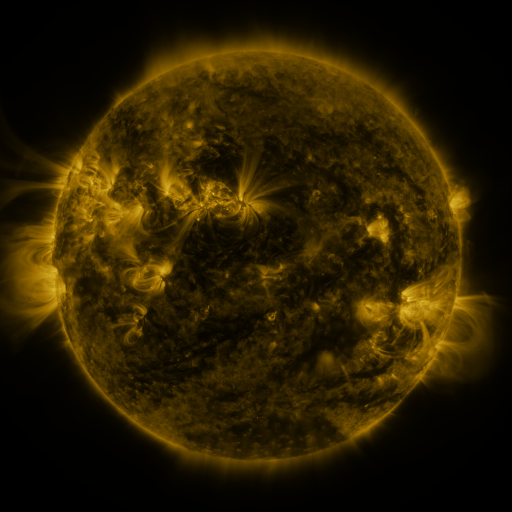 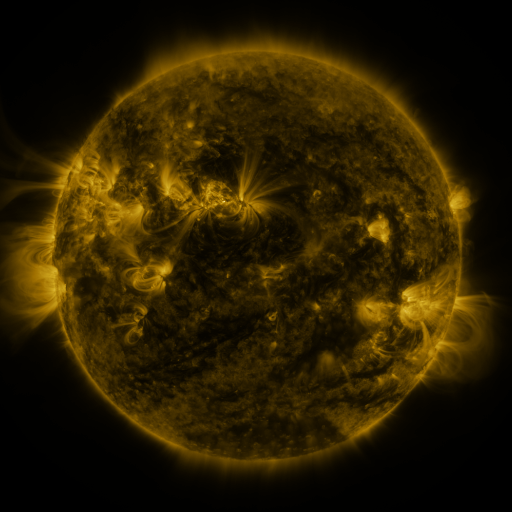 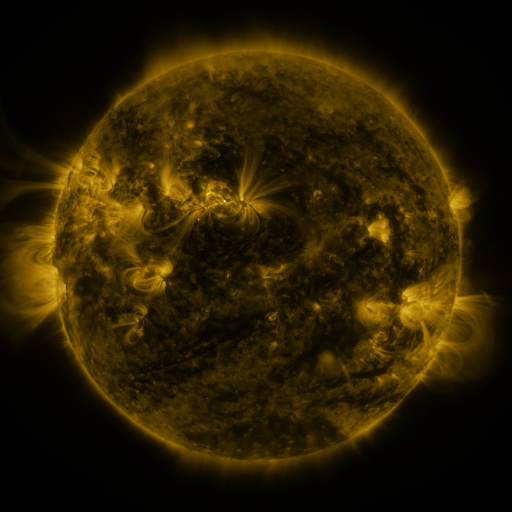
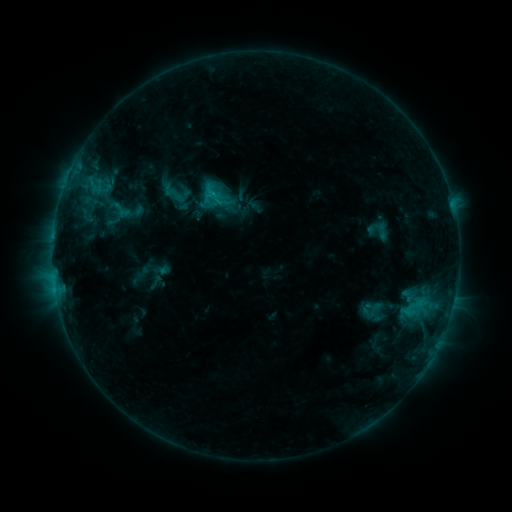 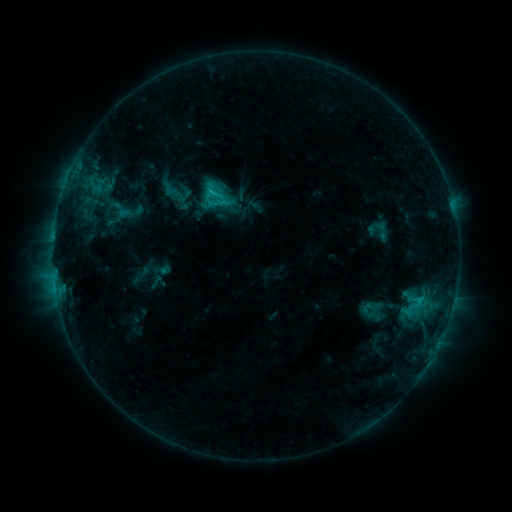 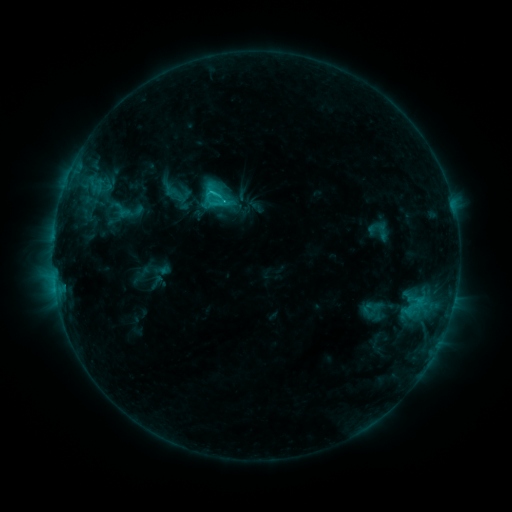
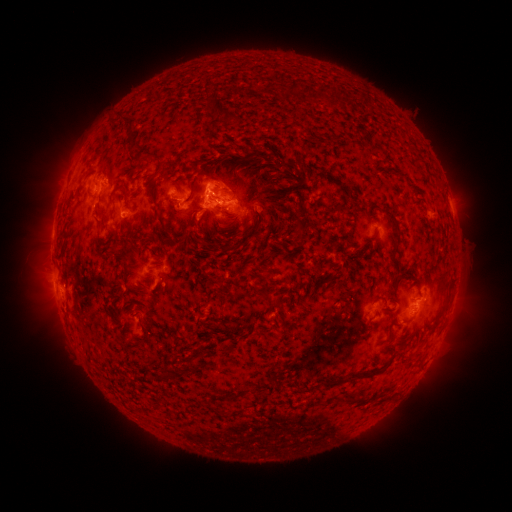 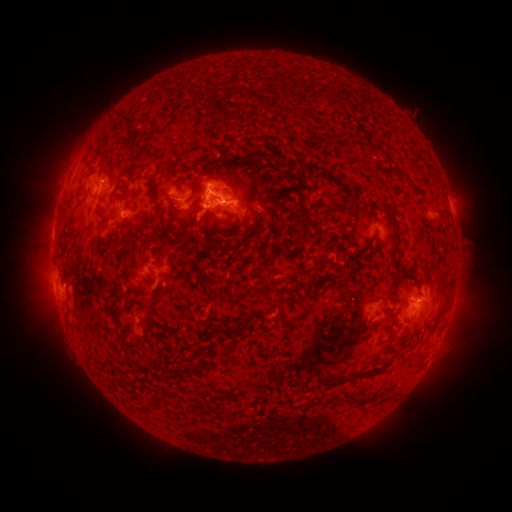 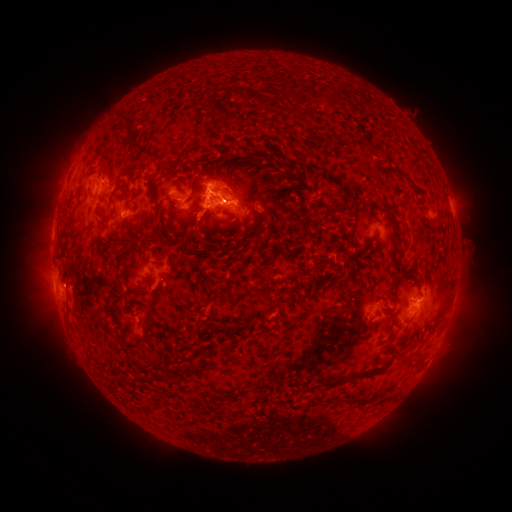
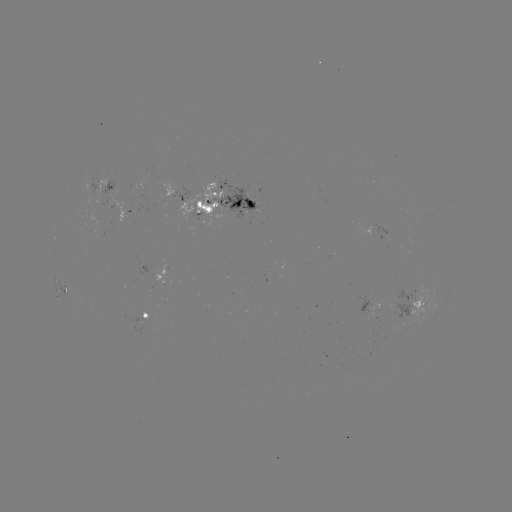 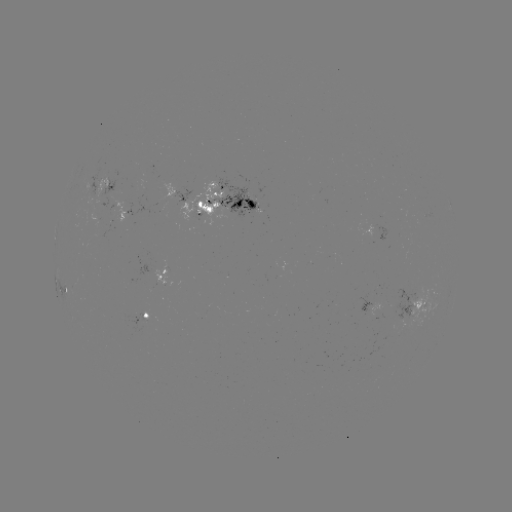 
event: flare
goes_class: C2.4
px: (214, 195)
